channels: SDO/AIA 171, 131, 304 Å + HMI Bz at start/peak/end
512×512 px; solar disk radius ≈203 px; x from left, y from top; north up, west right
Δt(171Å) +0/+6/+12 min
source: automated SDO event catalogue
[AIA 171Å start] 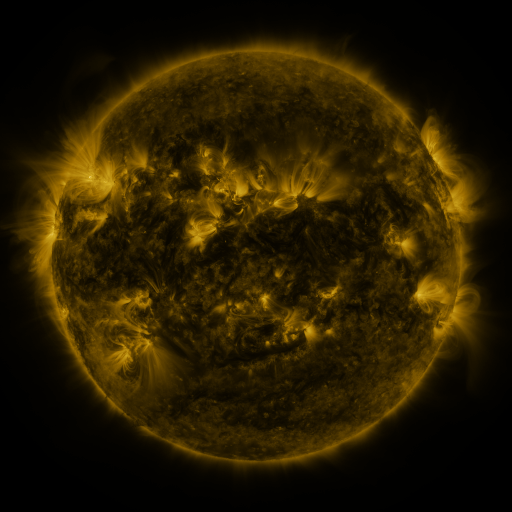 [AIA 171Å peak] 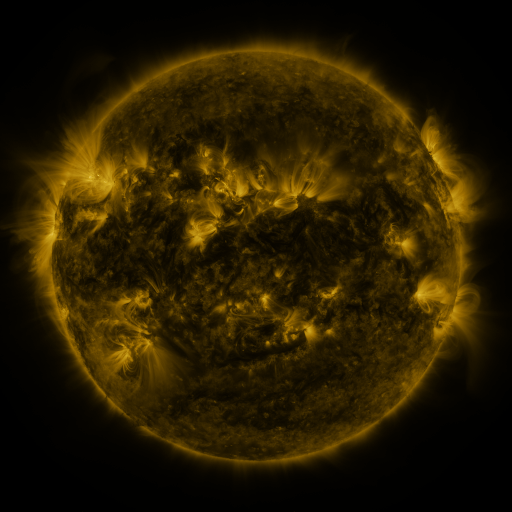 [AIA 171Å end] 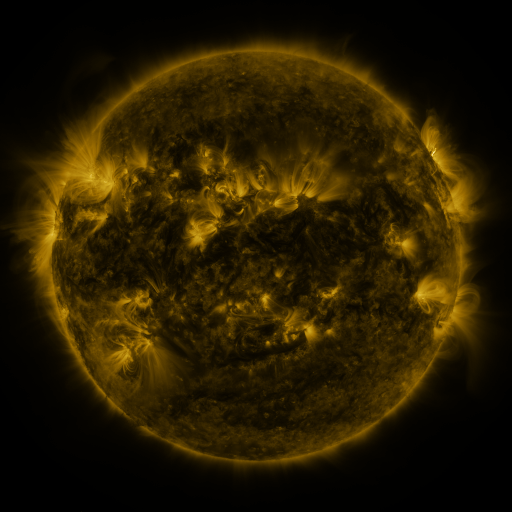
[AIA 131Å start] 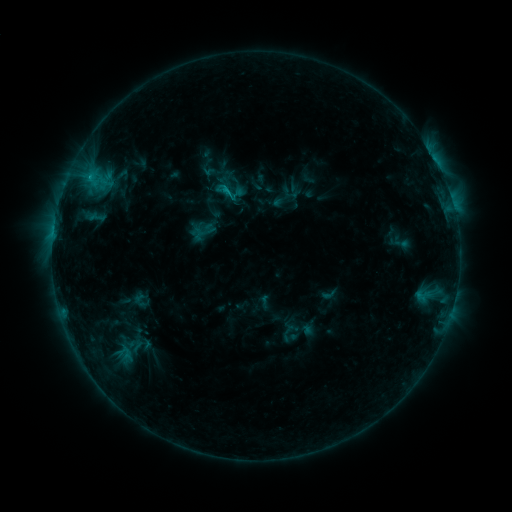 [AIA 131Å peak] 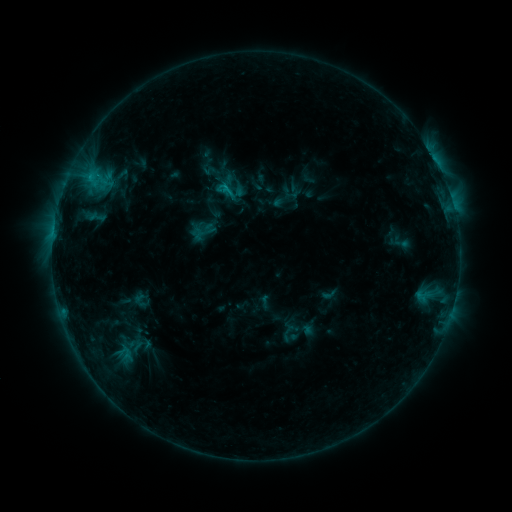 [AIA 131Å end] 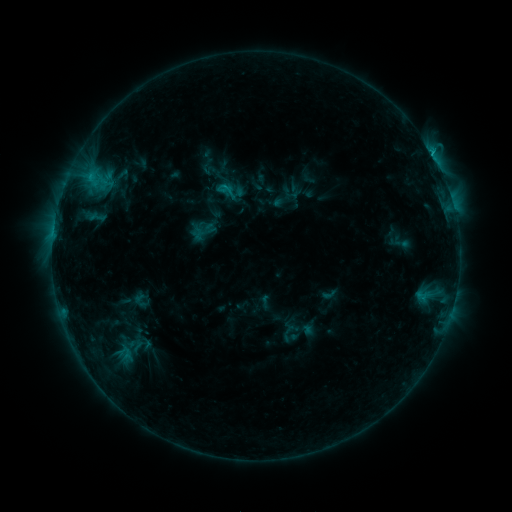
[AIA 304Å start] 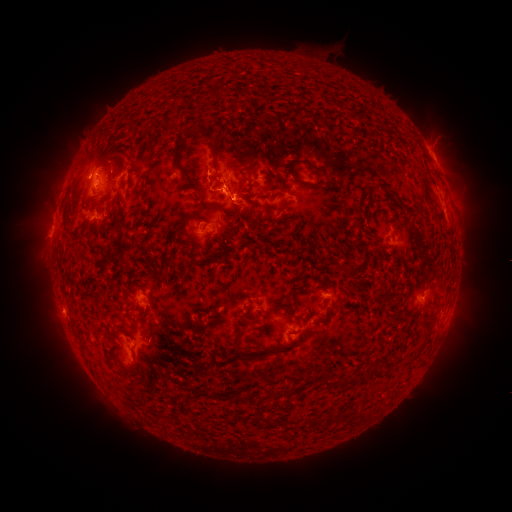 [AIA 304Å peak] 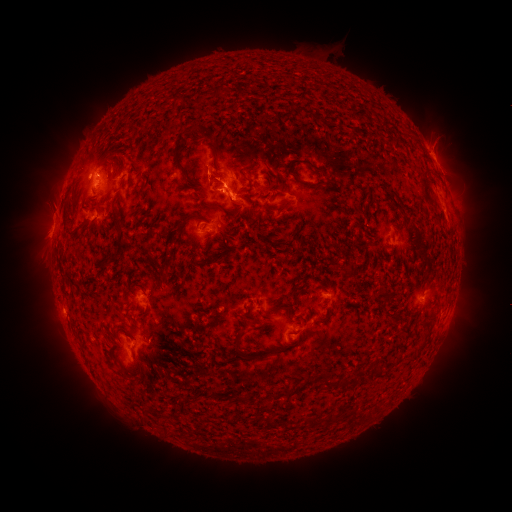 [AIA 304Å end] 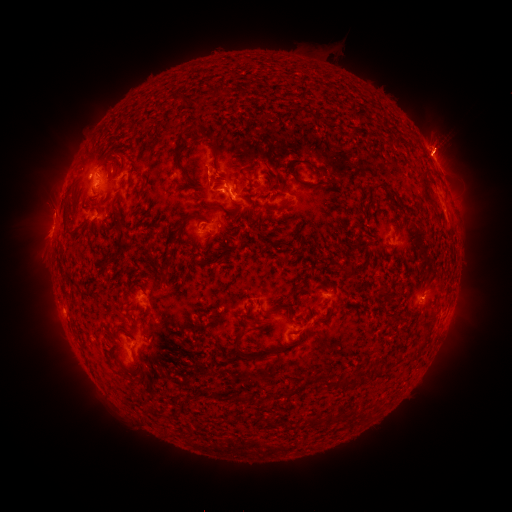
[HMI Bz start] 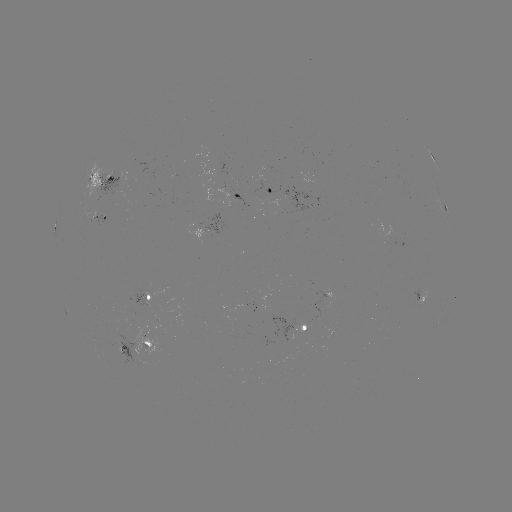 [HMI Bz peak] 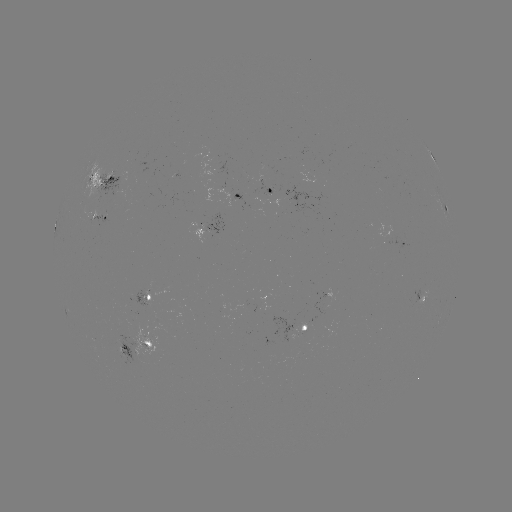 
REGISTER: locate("eruption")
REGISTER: [240, 190]